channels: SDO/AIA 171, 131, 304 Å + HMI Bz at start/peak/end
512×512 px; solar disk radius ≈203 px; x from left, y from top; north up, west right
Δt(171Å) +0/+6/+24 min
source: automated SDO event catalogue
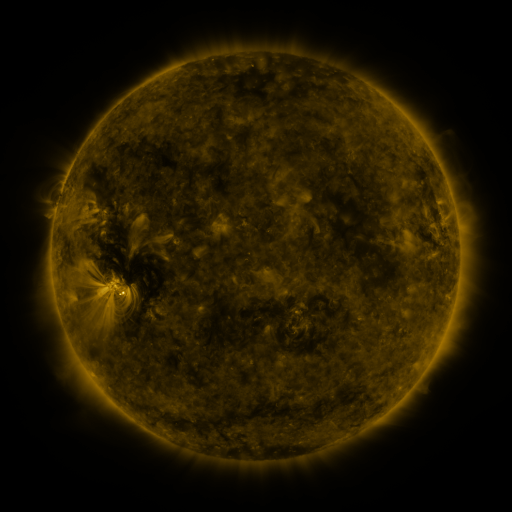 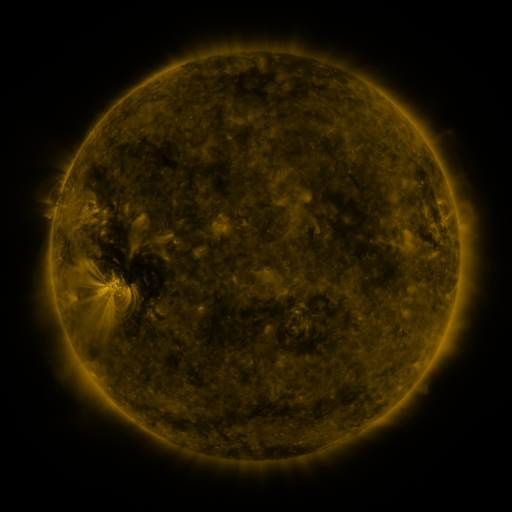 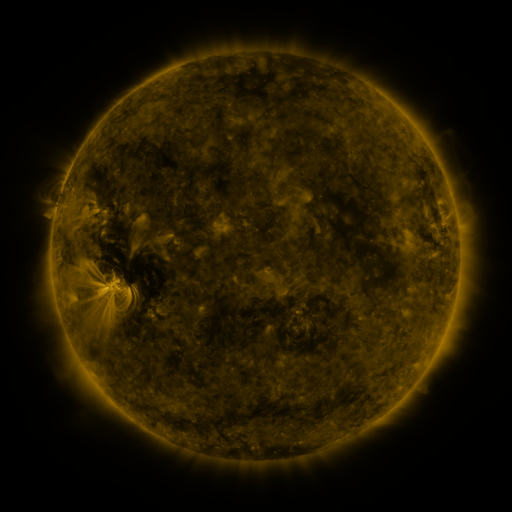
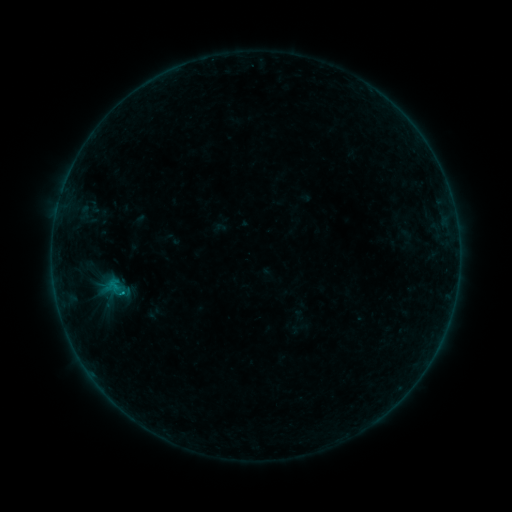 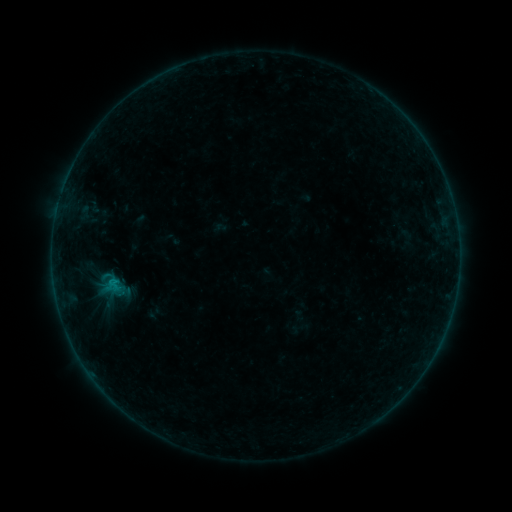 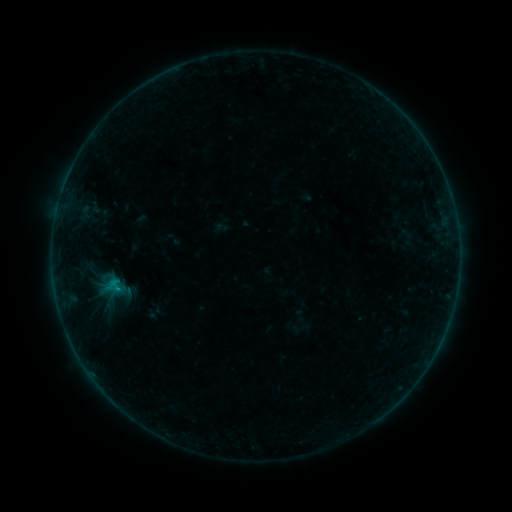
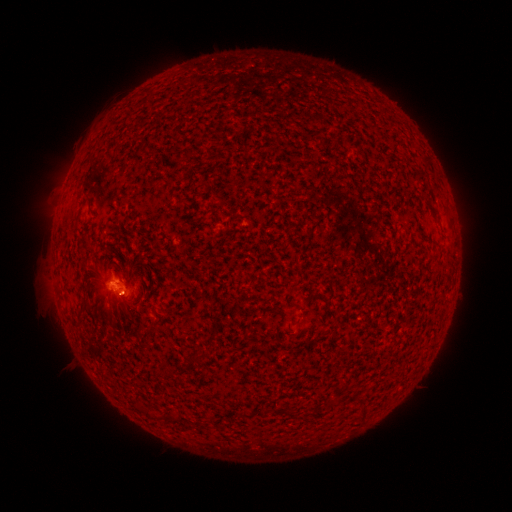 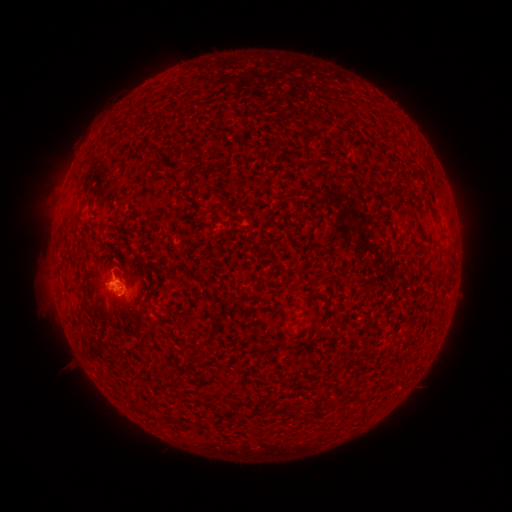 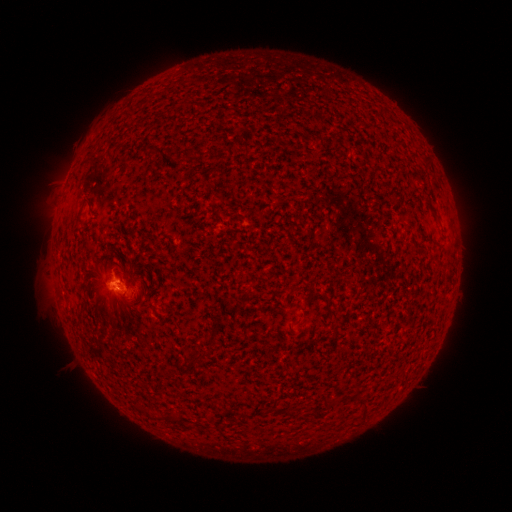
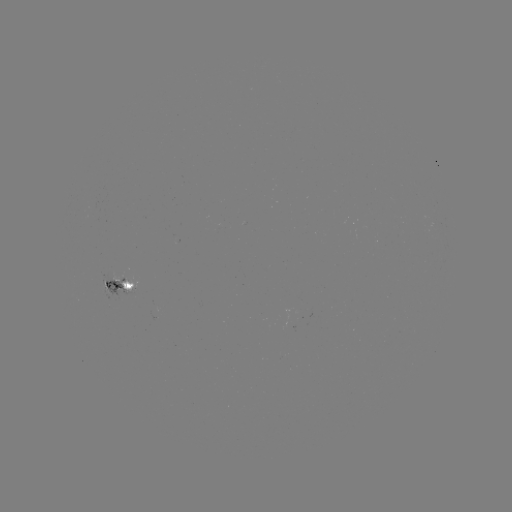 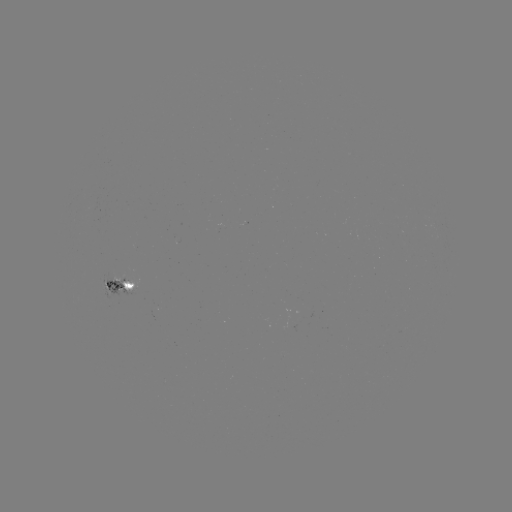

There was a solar flare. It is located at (114, 279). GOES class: B3.4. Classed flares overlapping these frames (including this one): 1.